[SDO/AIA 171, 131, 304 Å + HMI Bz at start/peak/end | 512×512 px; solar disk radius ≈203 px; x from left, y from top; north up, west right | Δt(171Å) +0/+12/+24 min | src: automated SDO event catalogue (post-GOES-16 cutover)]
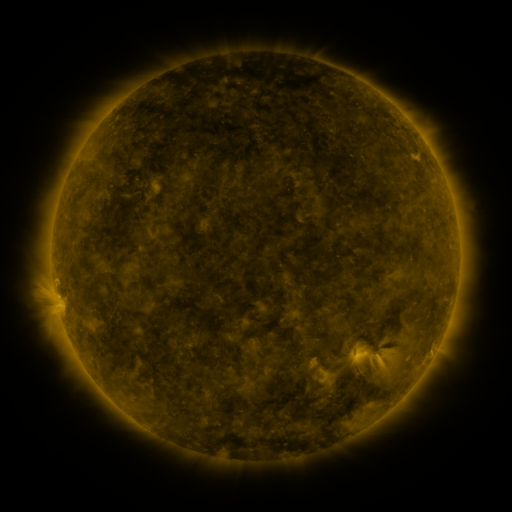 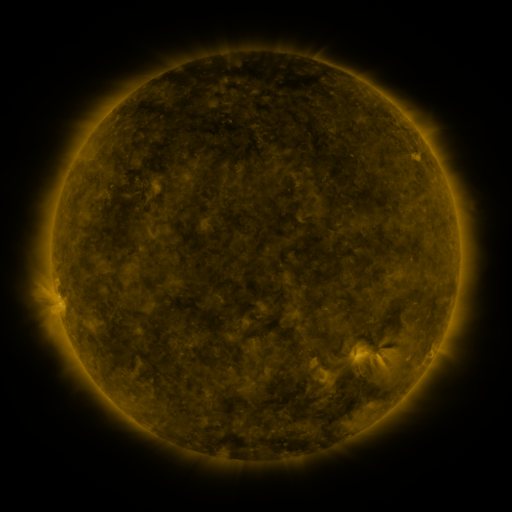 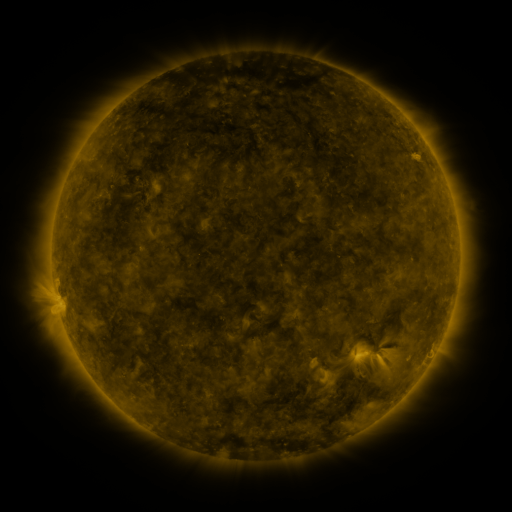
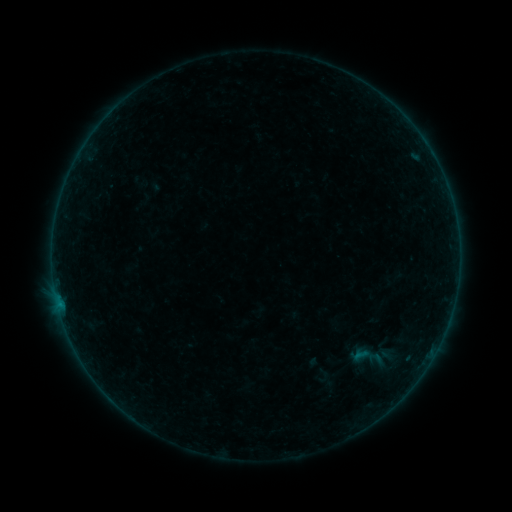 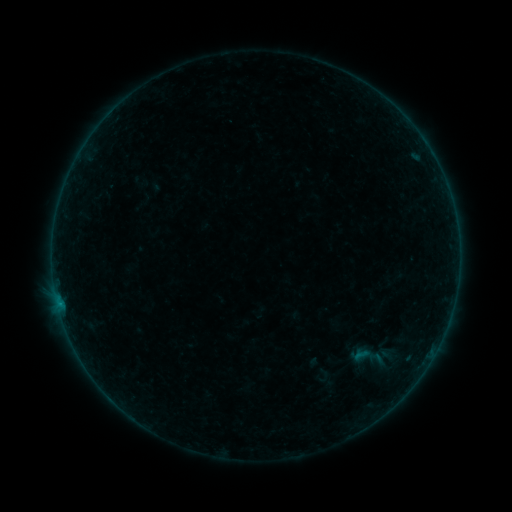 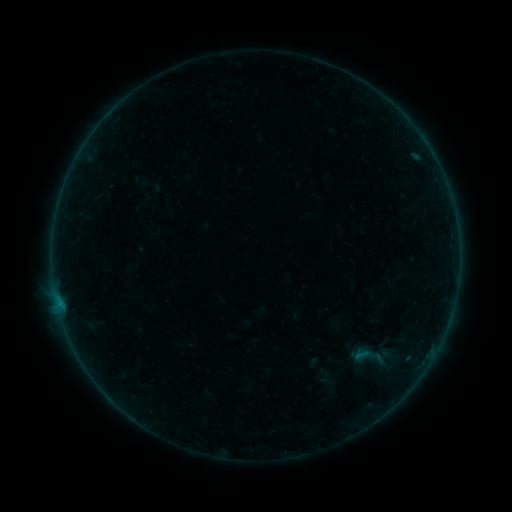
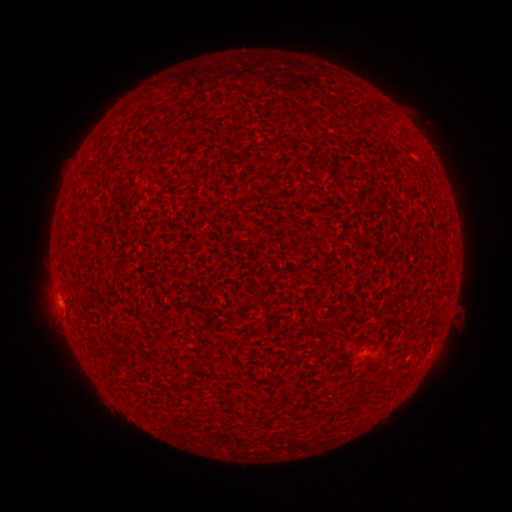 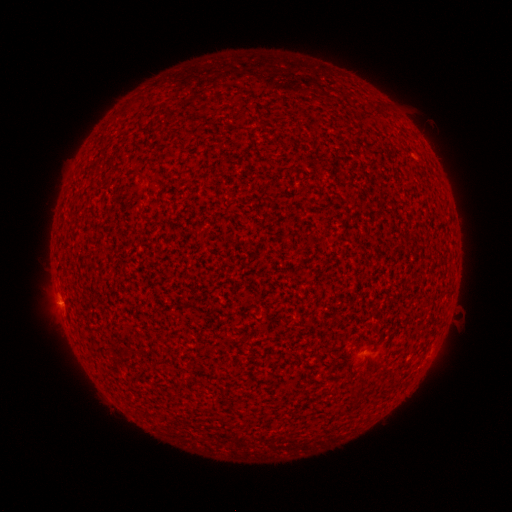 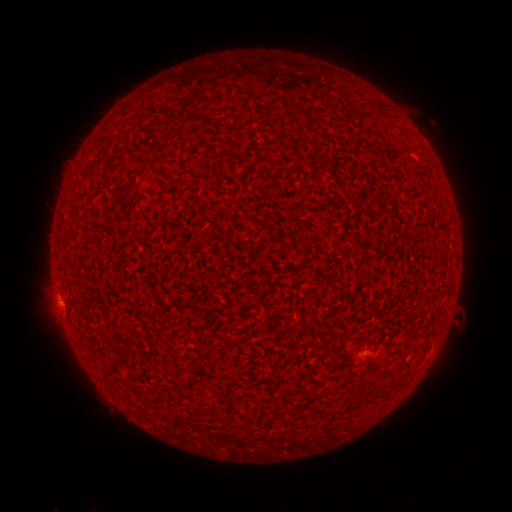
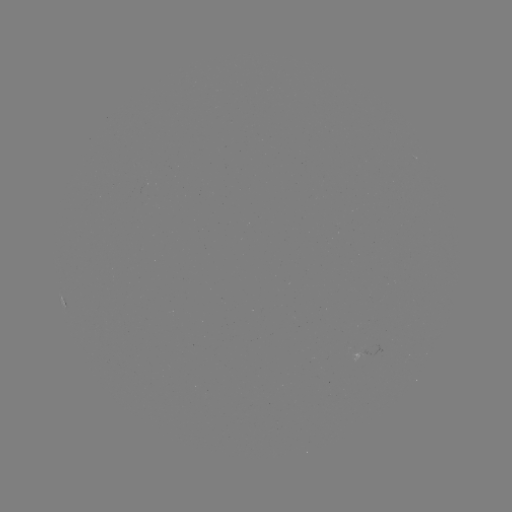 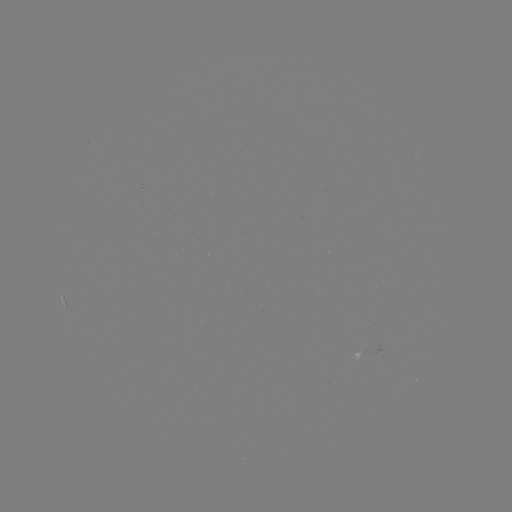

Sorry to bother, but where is B1.2 flare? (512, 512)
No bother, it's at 59,300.